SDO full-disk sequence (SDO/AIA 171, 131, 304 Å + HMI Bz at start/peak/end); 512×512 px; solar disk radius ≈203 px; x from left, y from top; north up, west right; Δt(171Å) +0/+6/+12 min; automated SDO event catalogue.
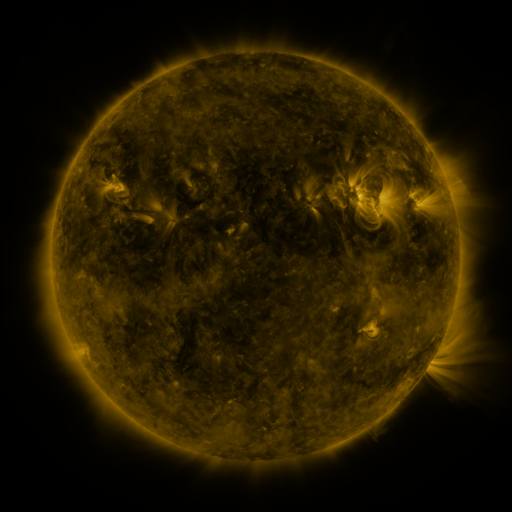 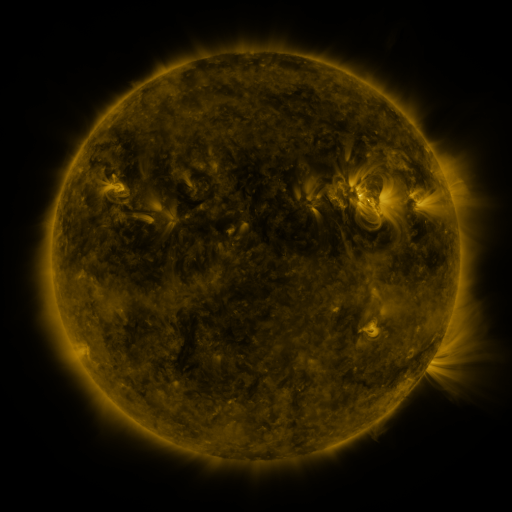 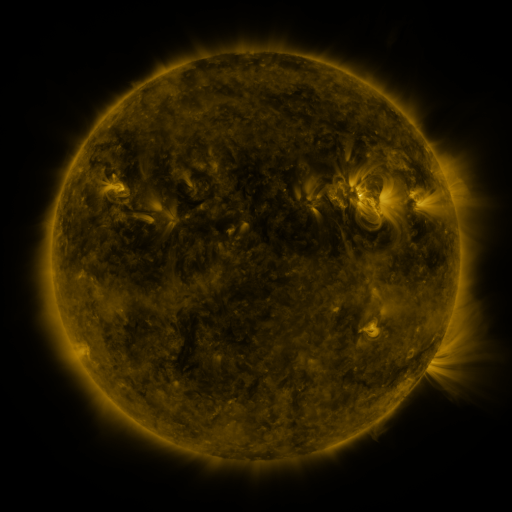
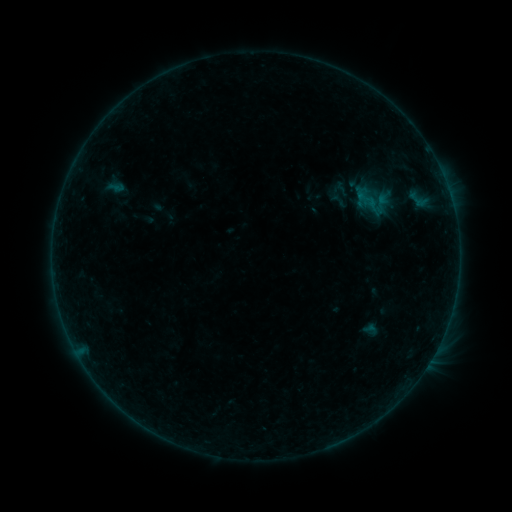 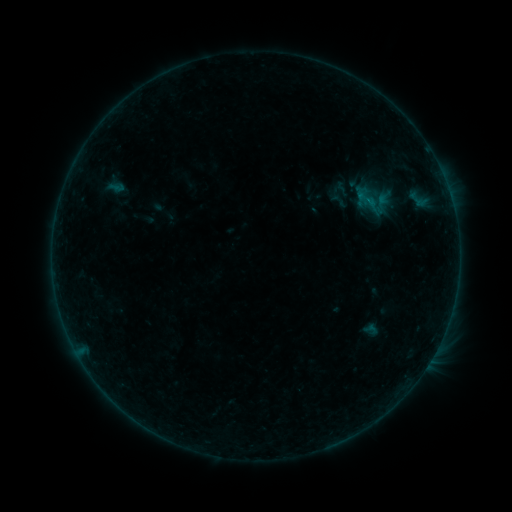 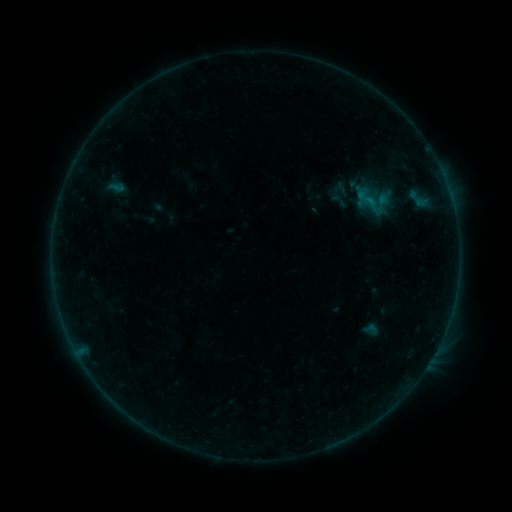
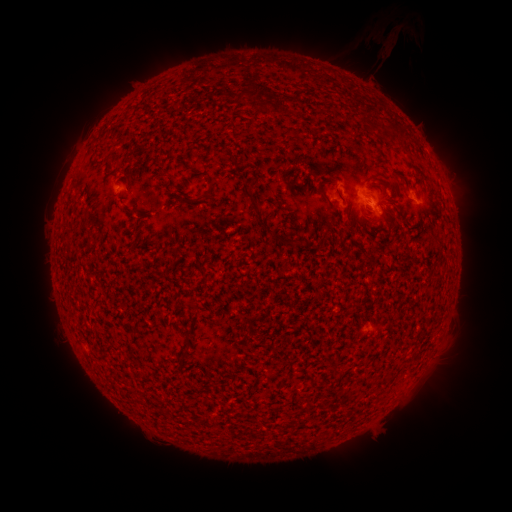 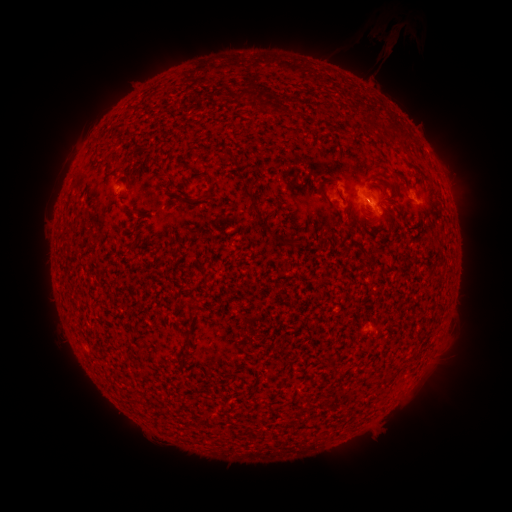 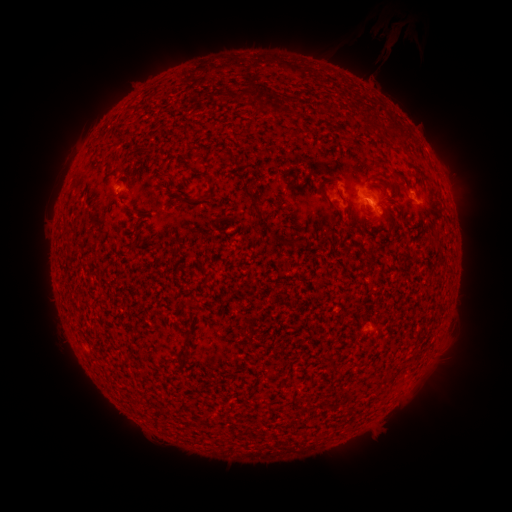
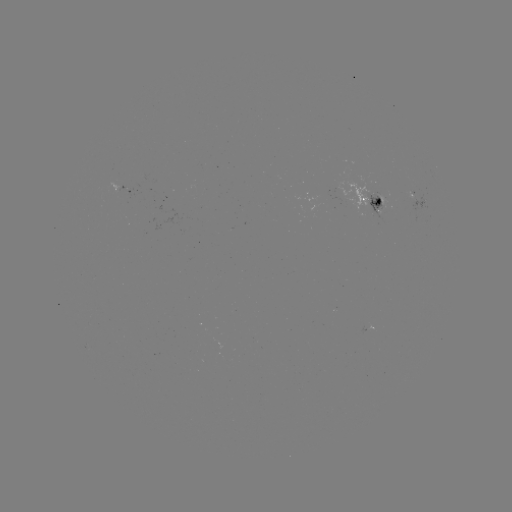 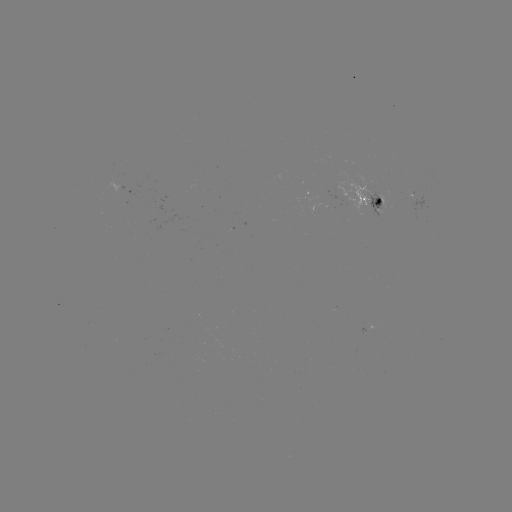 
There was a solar flare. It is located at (368, 204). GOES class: B2.8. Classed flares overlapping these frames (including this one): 1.